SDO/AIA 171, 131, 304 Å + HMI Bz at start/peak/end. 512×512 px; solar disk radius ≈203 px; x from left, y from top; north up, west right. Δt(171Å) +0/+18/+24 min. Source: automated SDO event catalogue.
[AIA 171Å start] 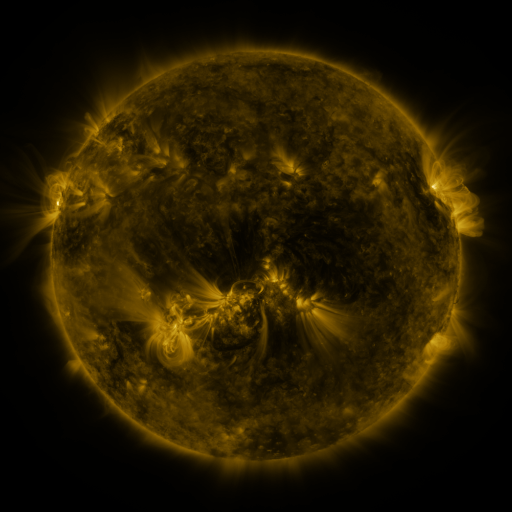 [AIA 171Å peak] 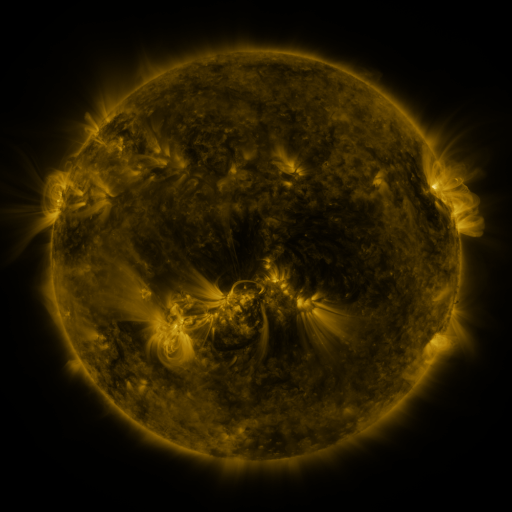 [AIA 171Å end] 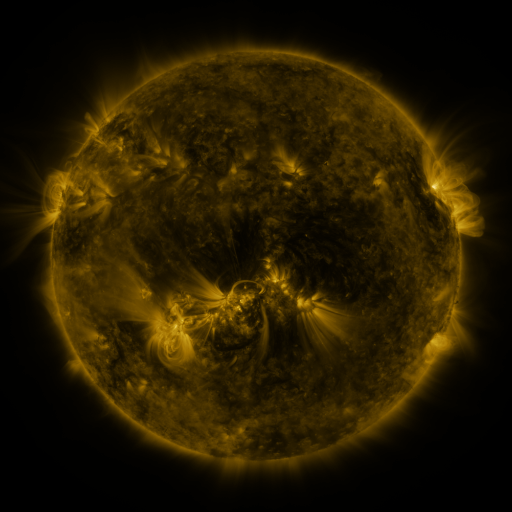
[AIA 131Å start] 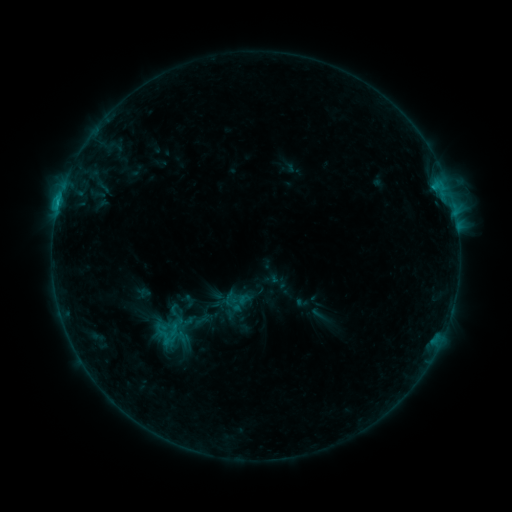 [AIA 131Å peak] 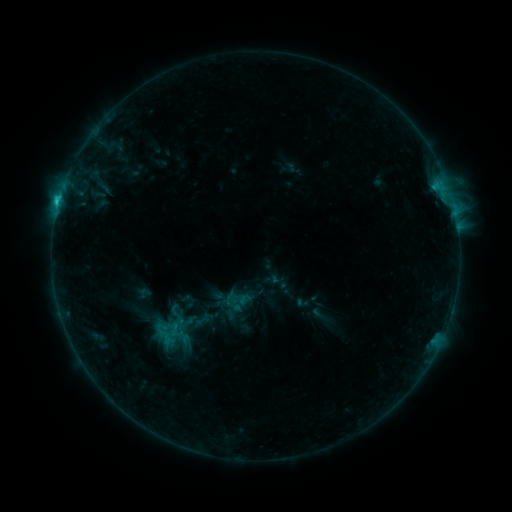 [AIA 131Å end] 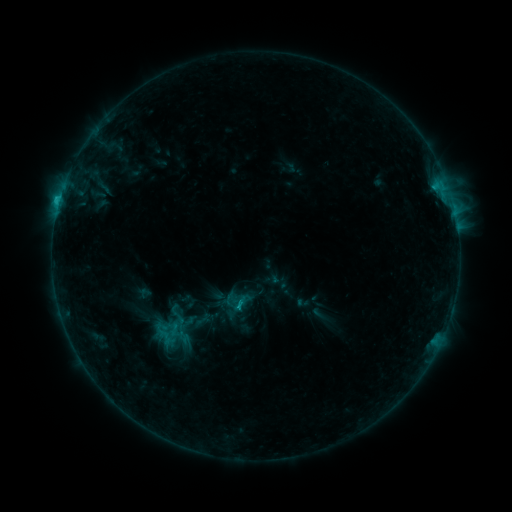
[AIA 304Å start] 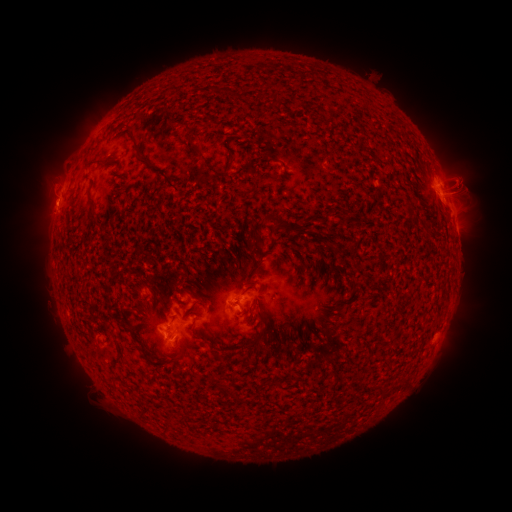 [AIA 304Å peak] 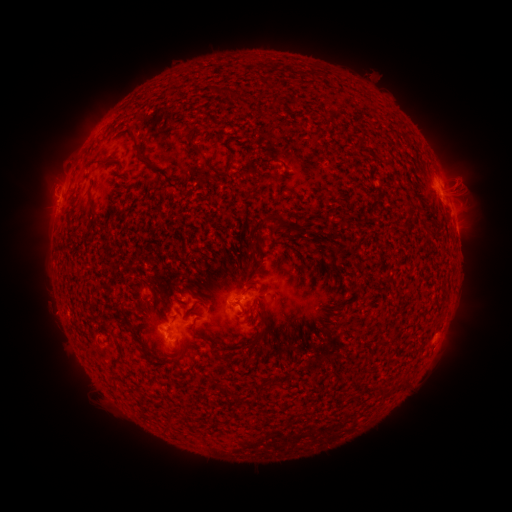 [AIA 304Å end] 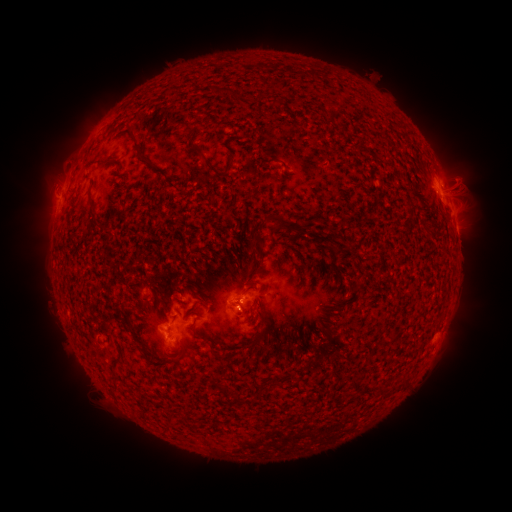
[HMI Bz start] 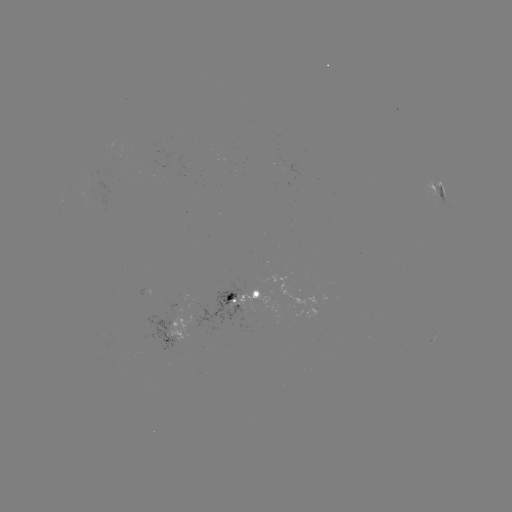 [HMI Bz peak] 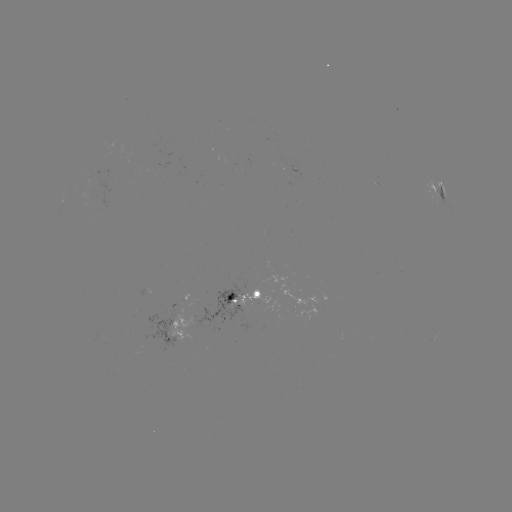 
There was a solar flare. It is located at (60, 199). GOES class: C1.7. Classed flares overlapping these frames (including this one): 1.